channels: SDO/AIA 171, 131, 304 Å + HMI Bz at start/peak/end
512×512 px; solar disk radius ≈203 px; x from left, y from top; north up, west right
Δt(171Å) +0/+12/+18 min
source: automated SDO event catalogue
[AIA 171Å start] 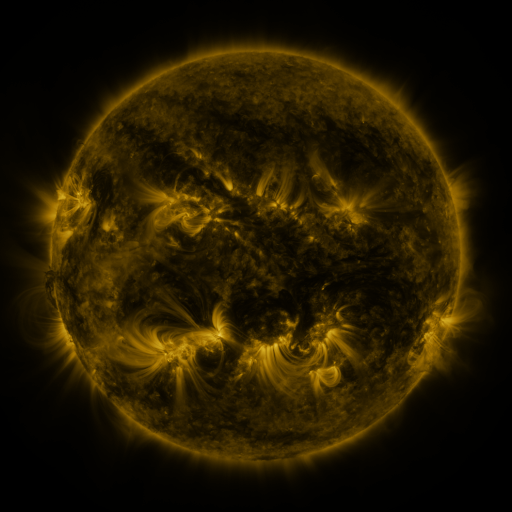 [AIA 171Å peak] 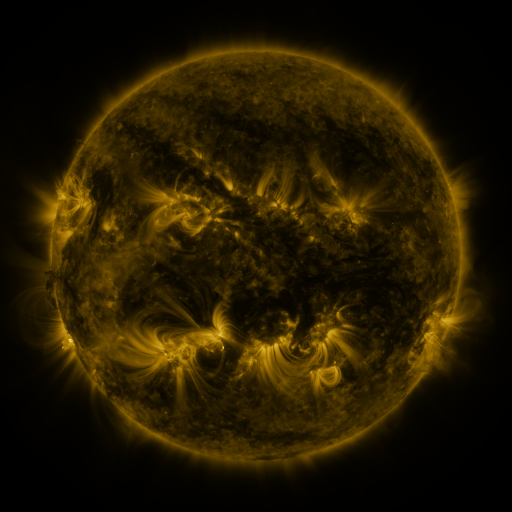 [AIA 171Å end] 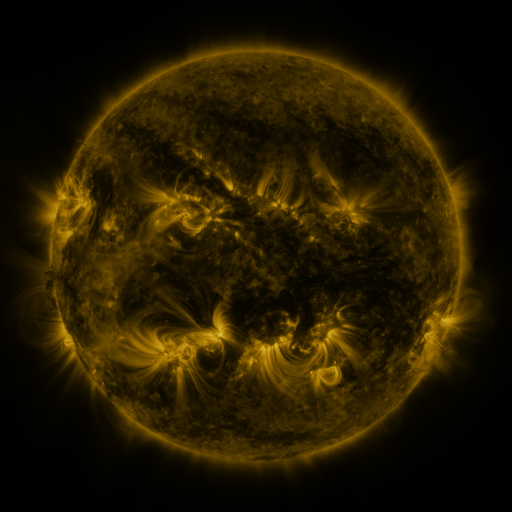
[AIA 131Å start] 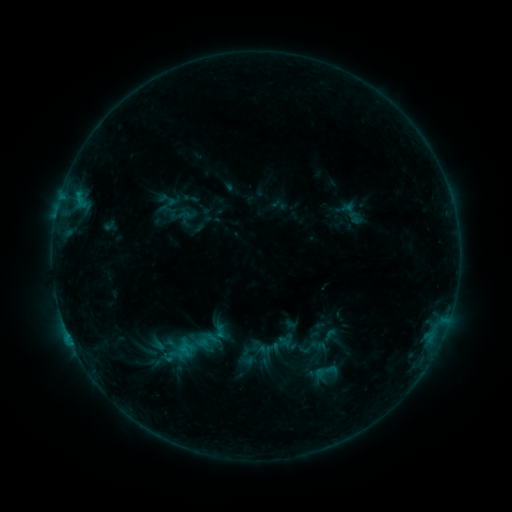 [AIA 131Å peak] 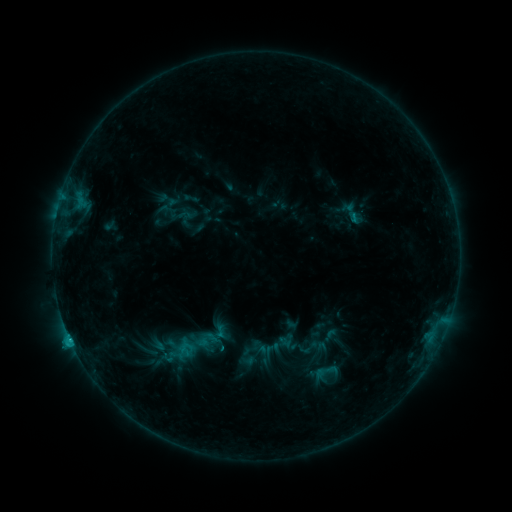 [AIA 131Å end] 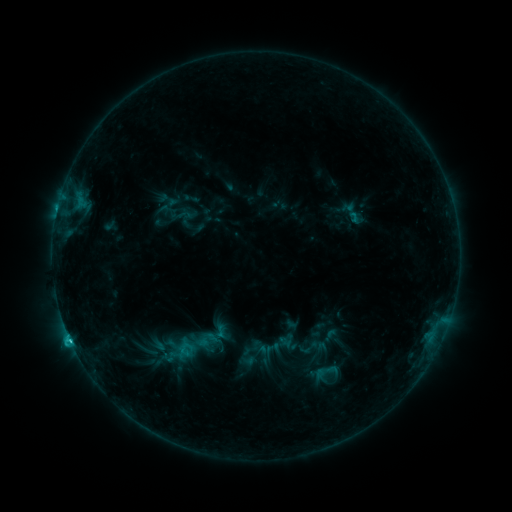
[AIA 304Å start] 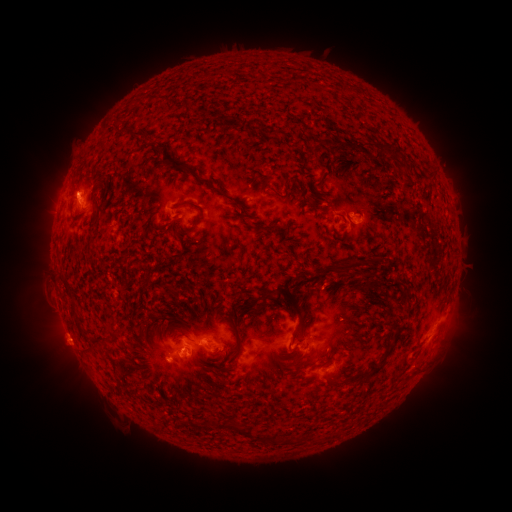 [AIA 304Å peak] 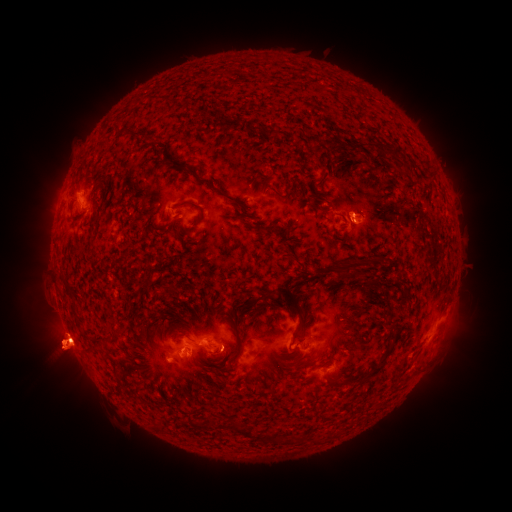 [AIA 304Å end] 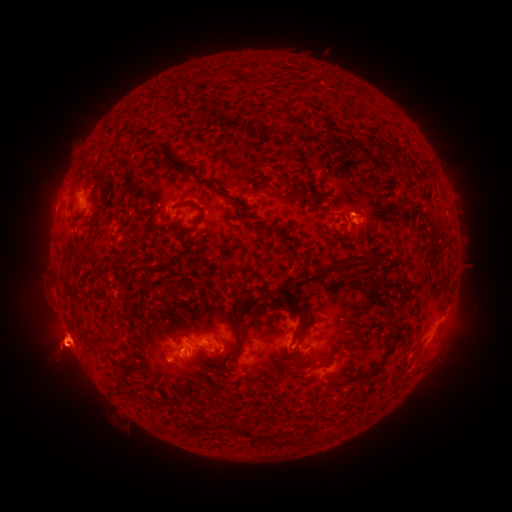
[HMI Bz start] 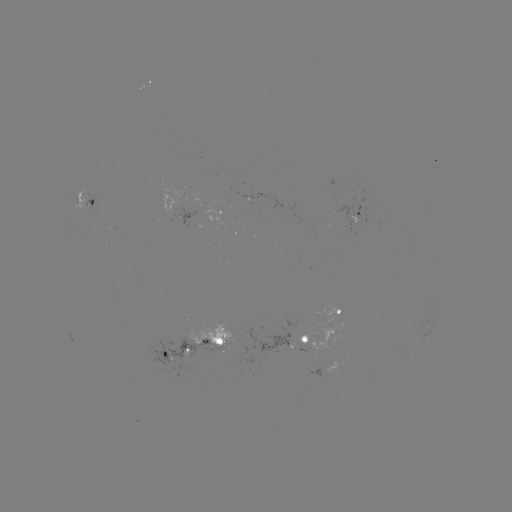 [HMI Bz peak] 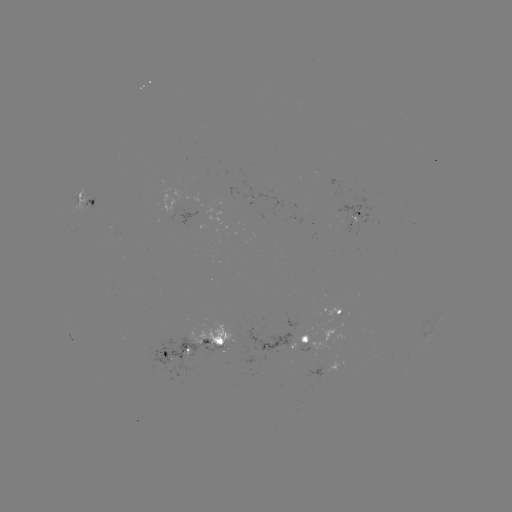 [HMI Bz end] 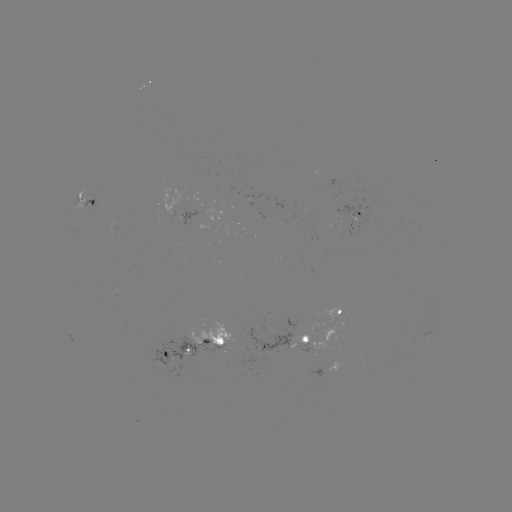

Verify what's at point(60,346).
eruption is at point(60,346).